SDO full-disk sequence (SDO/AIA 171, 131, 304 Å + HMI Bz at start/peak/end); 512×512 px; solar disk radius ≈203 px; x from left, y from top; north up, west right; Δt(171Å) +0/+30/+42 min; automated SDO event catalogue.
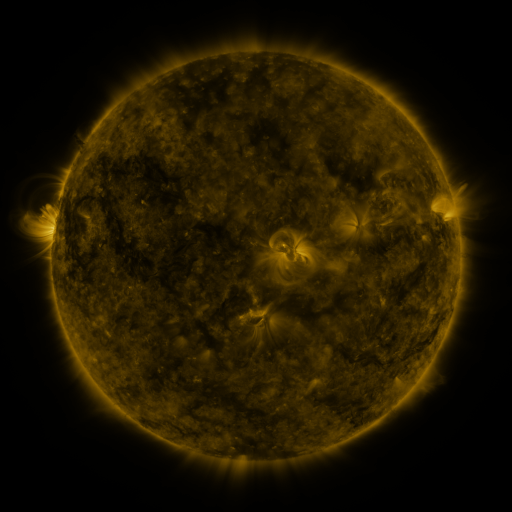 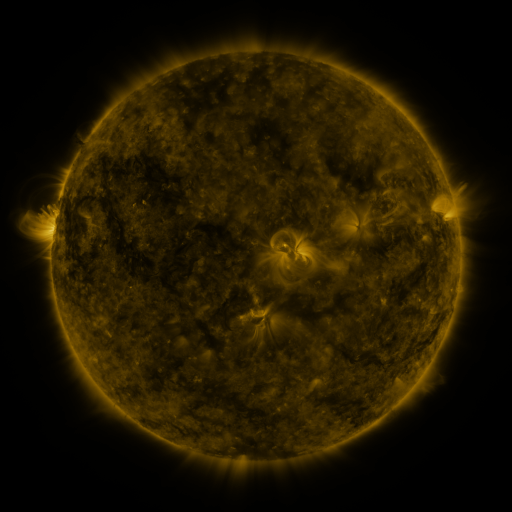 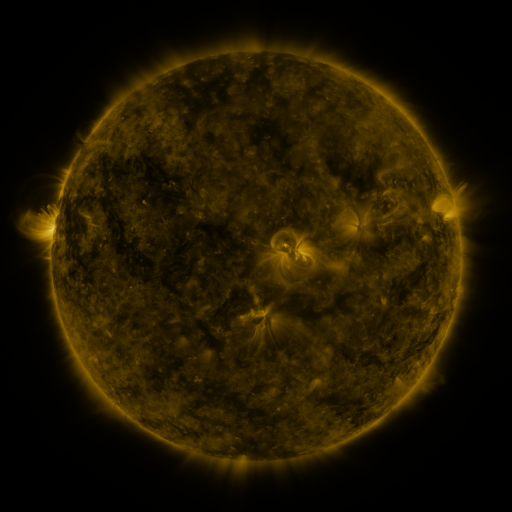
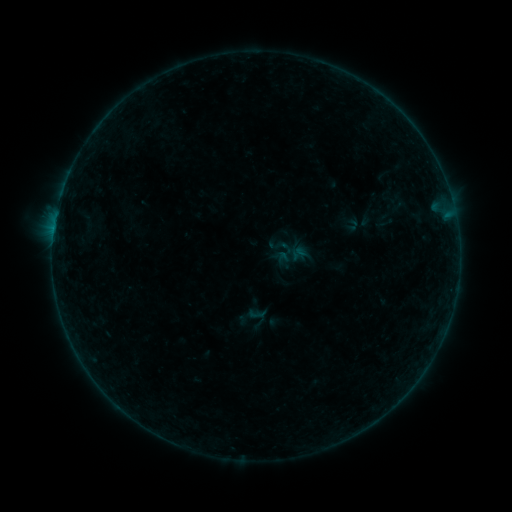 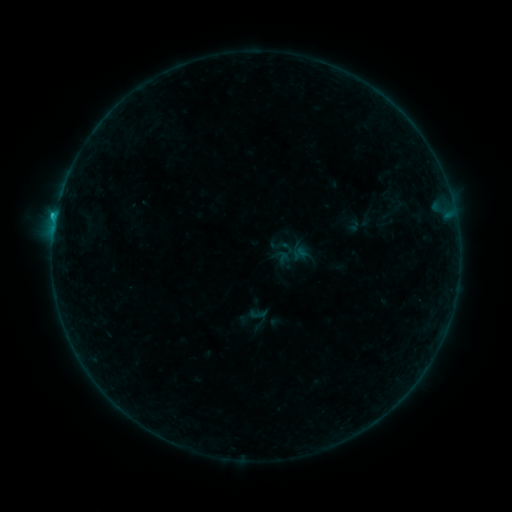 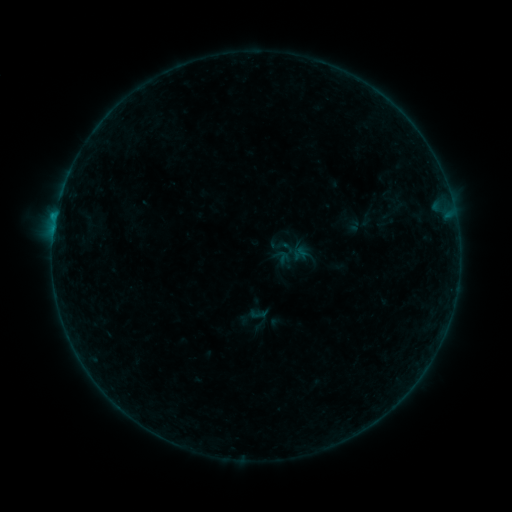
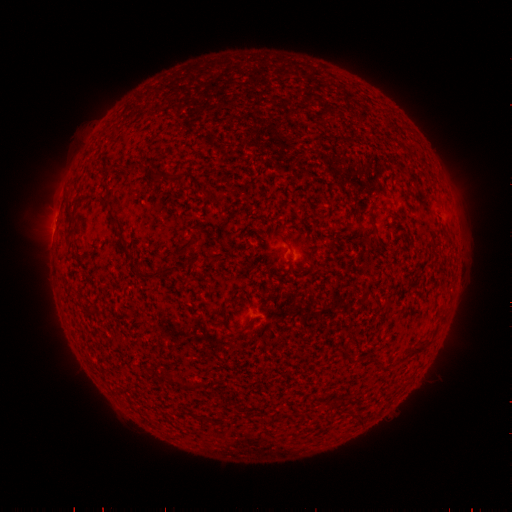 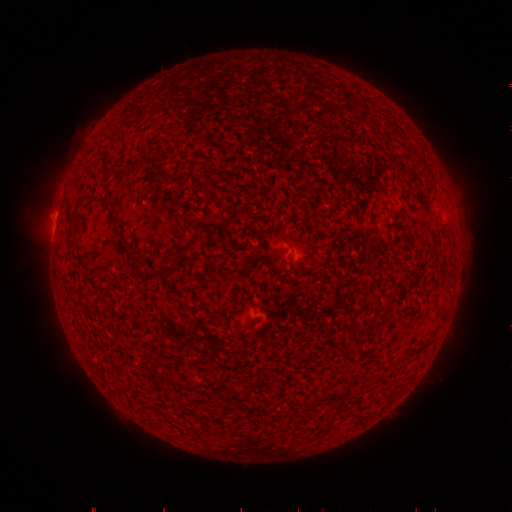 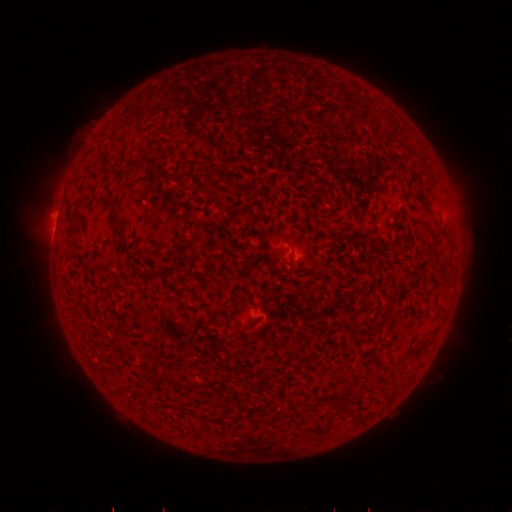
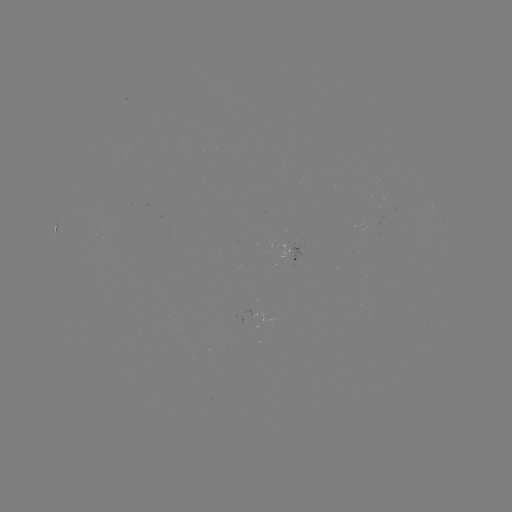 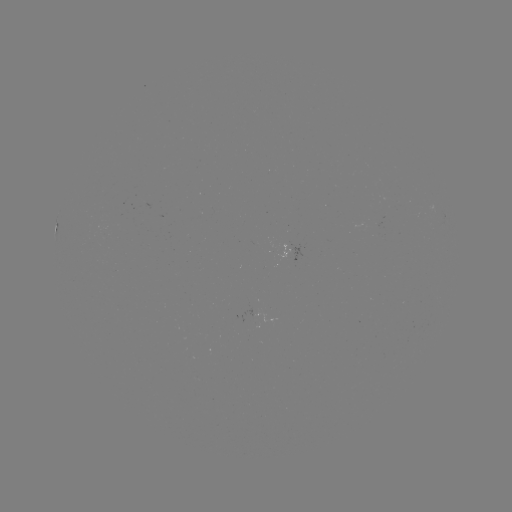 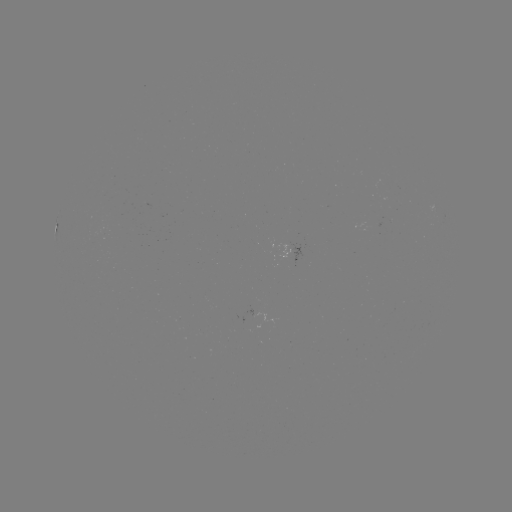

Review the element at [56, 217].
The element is B6.0 flare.